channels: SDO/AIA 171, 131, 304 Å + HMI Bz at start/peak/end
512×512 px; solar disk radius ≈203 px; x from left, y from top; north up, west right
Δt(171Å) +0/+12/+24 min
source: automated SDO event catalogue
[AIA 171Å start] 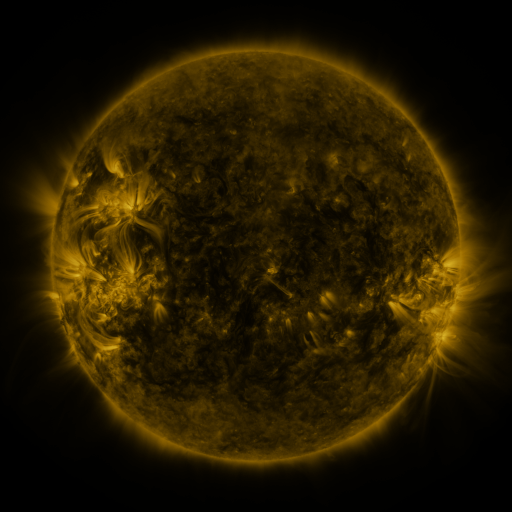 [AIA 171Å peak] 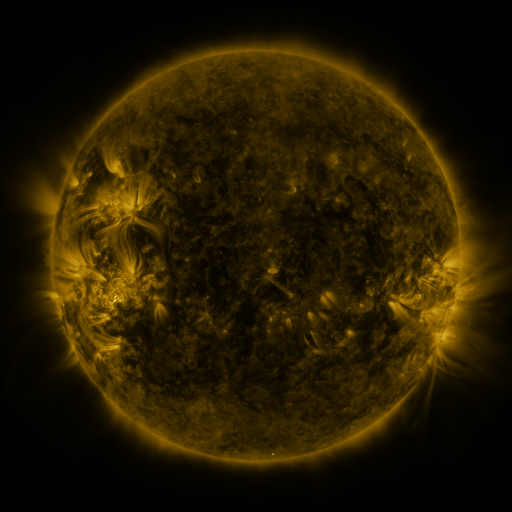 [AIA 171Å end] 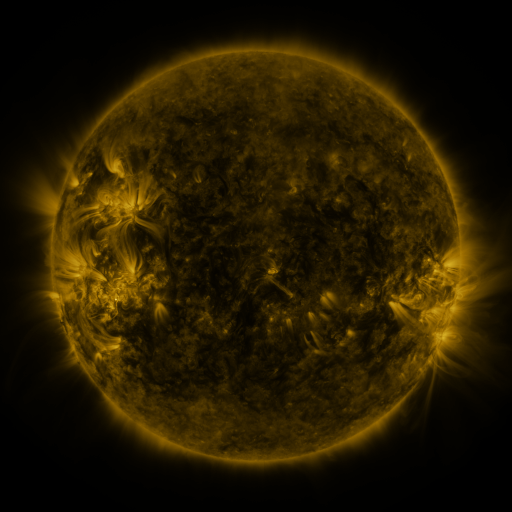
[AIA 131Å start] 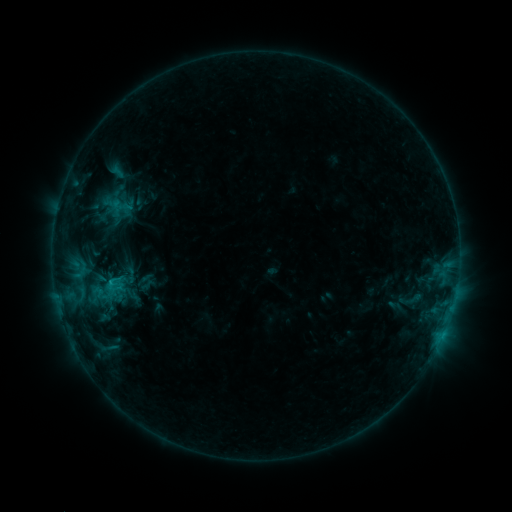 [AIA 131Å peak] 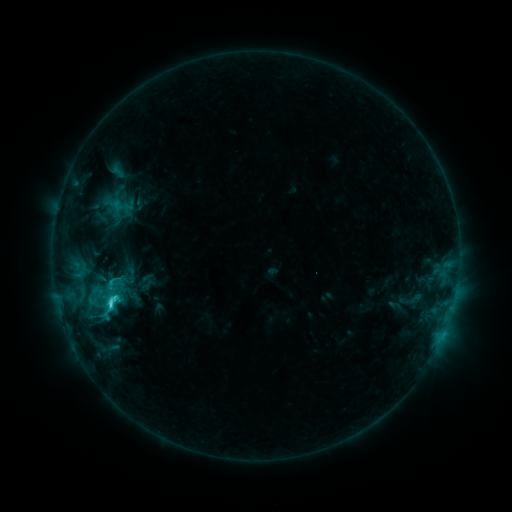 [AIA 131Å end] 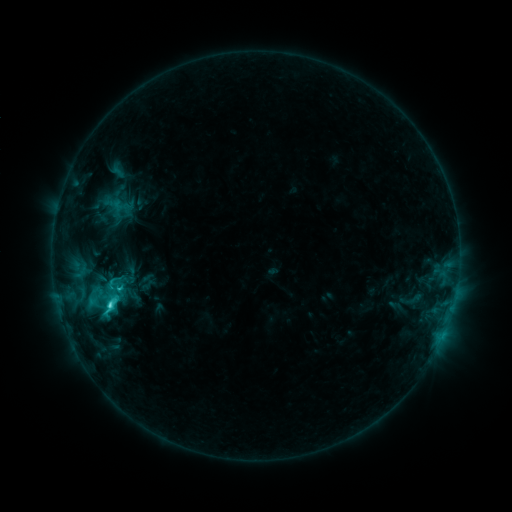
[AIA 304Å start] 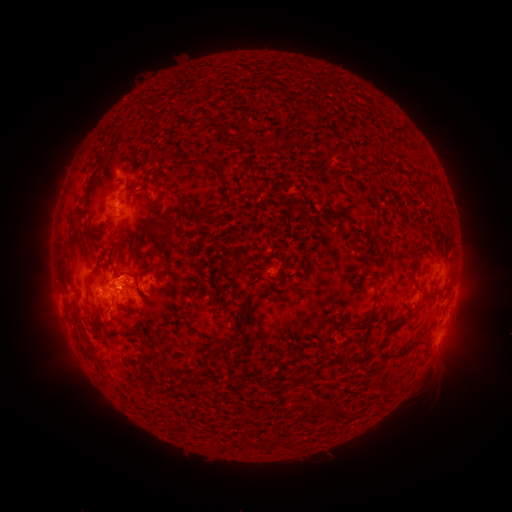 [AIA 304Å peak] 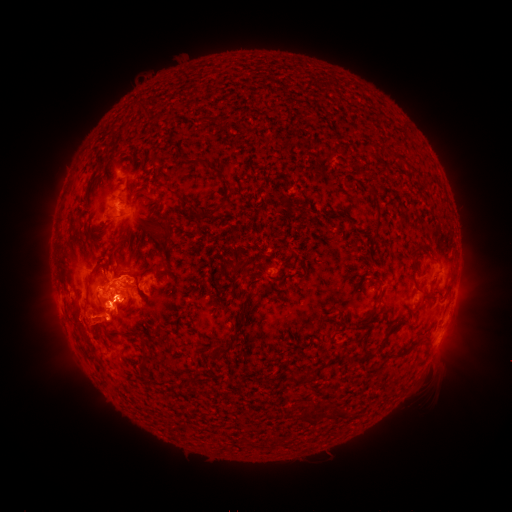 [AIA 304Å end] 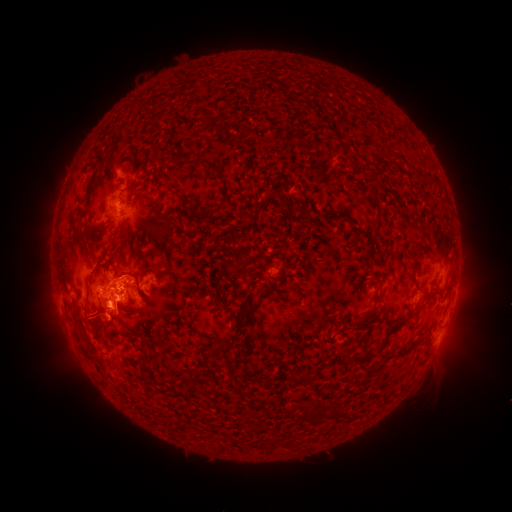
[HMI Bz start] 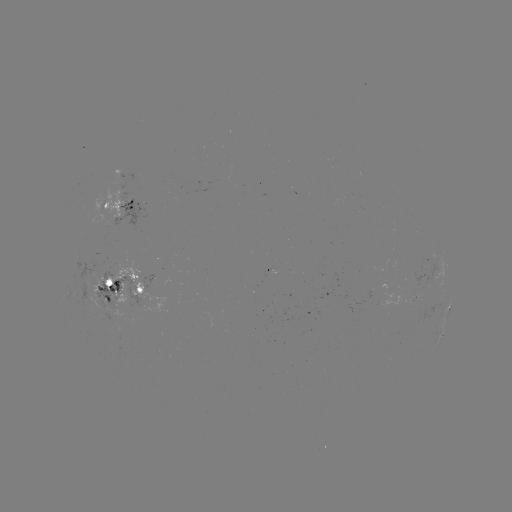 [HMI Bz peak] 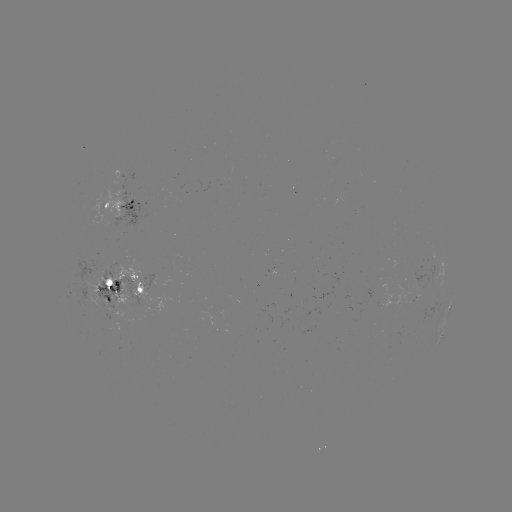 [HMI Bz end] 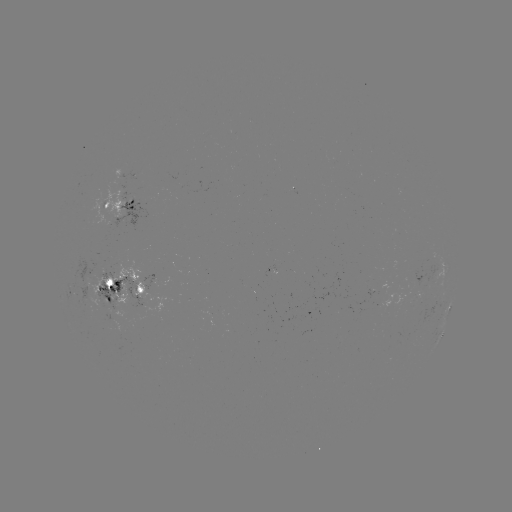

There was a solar eruption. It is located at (90, 323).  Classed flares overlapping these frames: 1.